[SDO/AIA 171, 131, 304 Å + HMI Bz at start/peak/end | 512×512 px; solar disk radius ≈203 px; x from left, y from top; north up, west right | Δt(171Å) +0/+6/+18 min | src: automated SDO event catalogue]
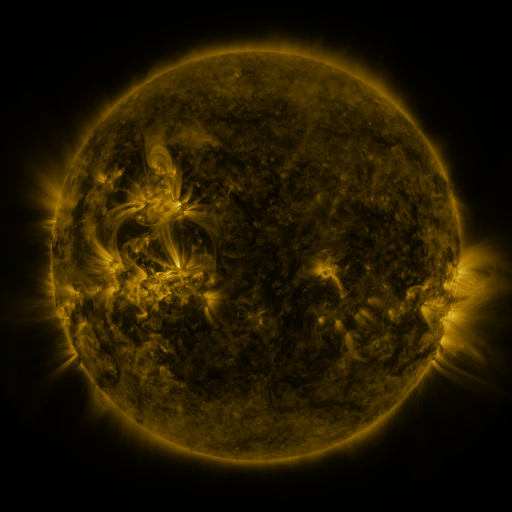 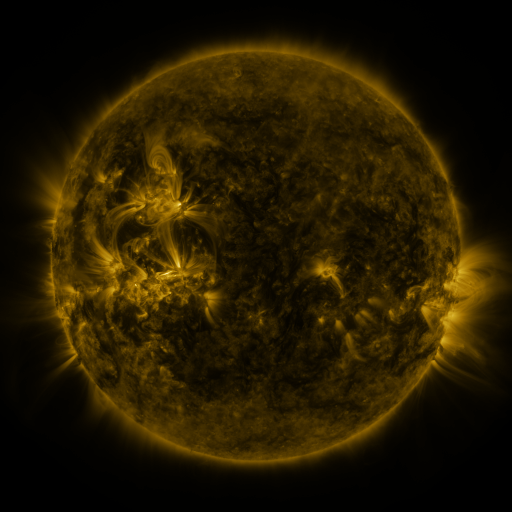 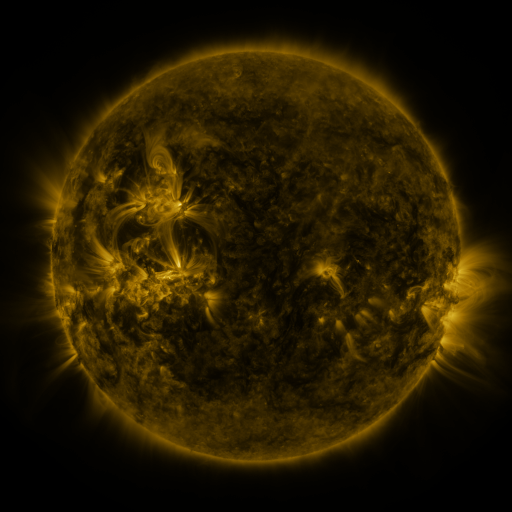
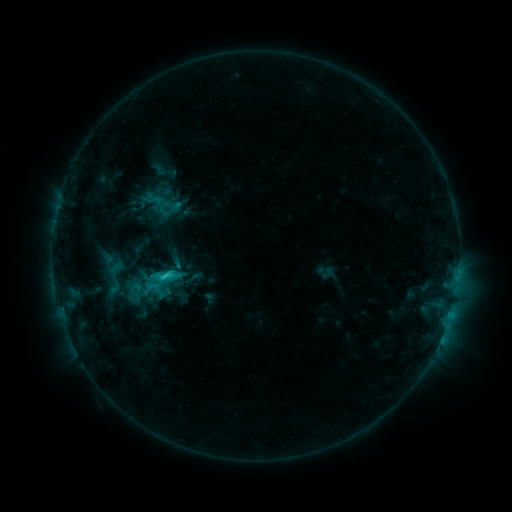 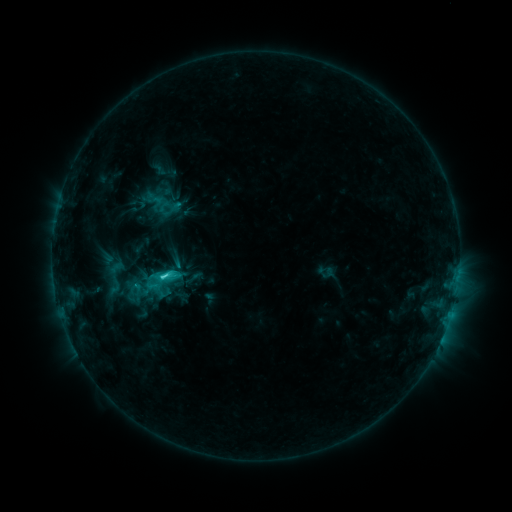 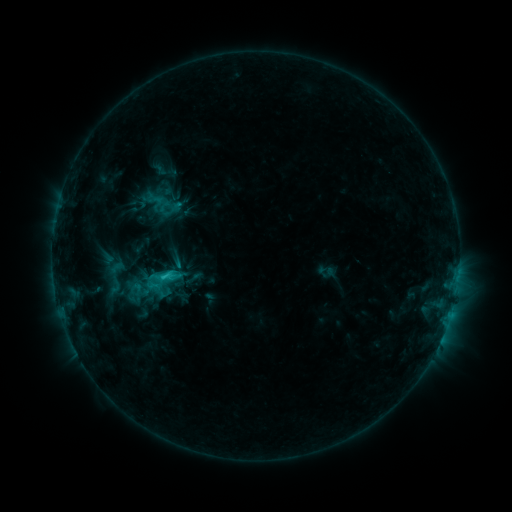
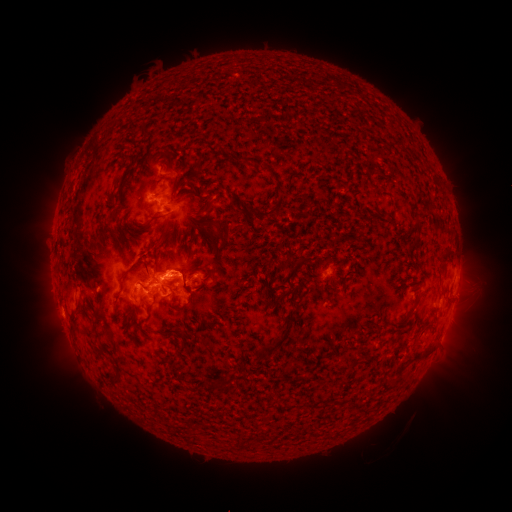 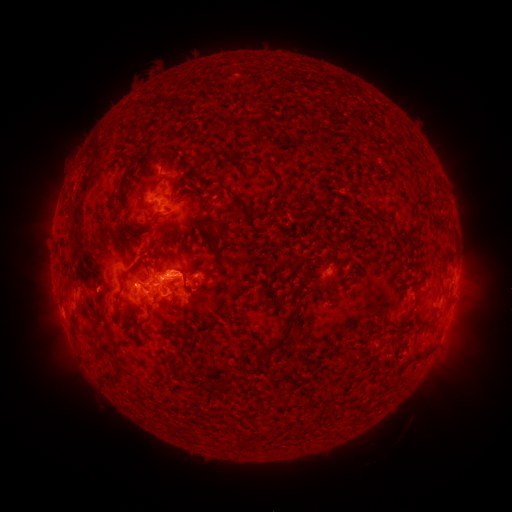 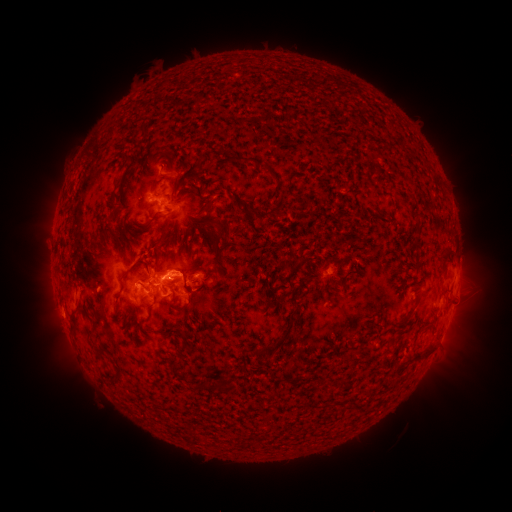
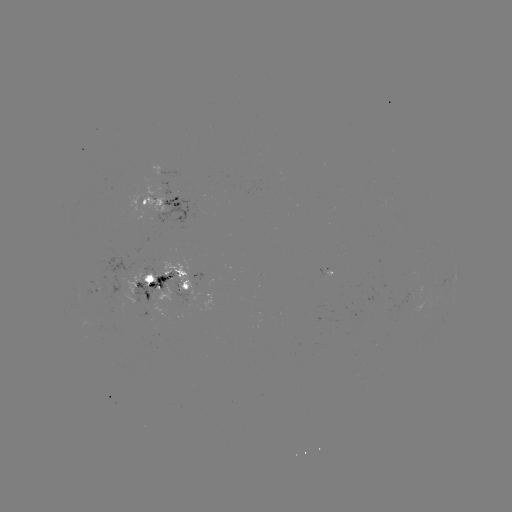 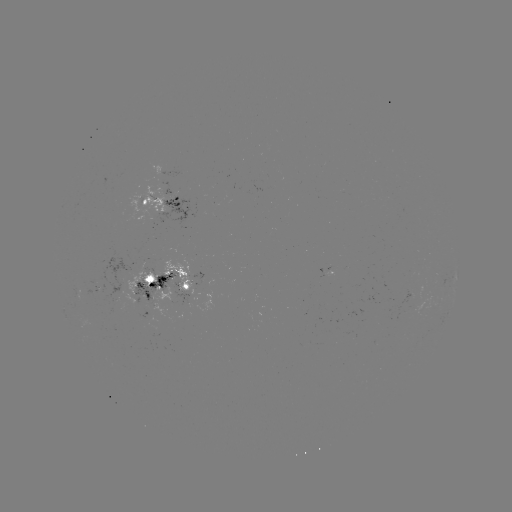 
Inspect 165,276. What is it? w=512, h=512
C3.1 flare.